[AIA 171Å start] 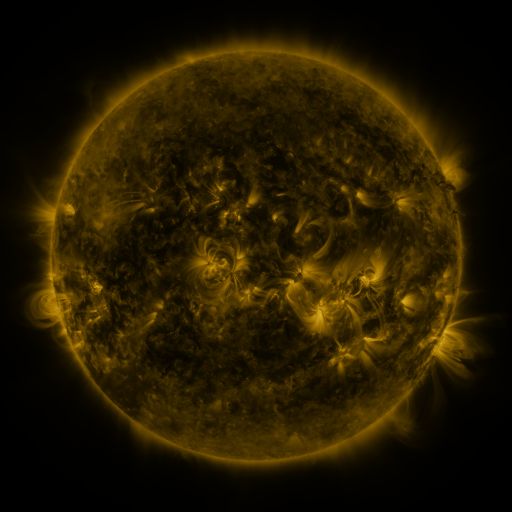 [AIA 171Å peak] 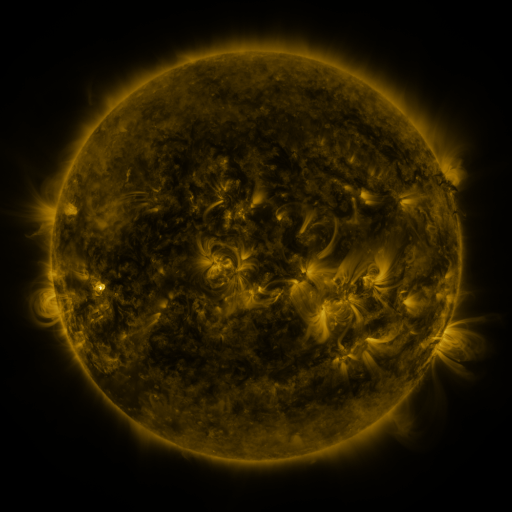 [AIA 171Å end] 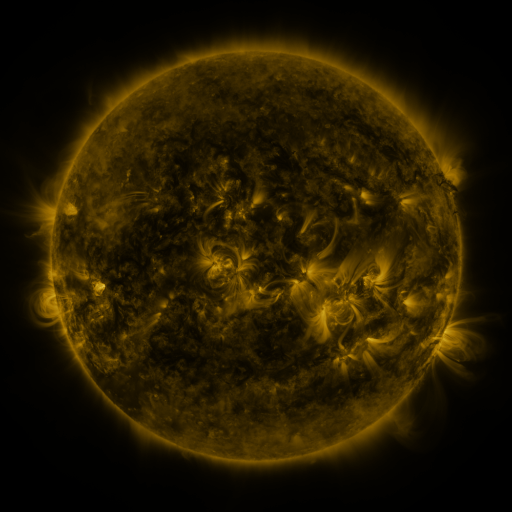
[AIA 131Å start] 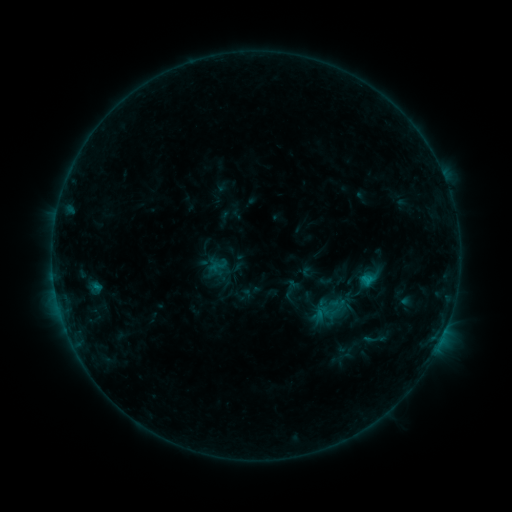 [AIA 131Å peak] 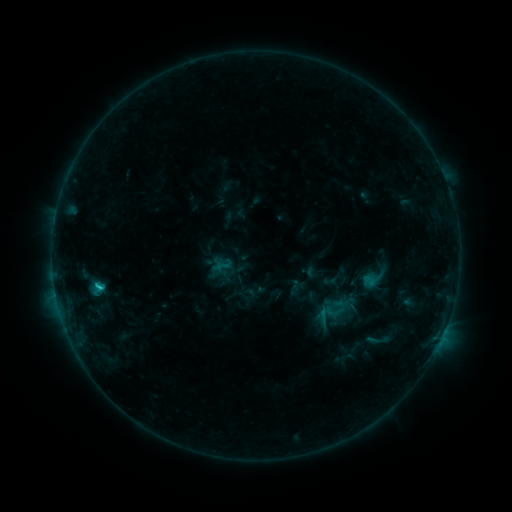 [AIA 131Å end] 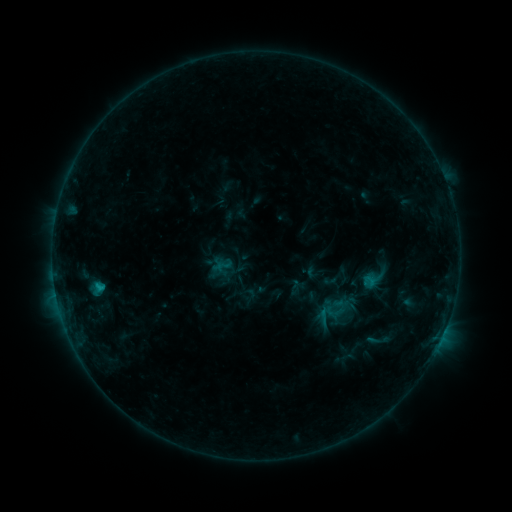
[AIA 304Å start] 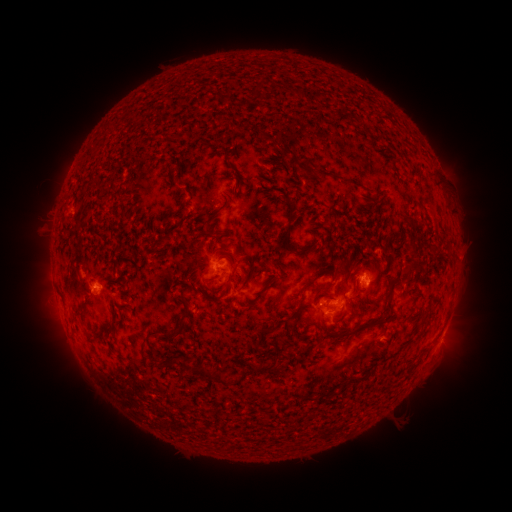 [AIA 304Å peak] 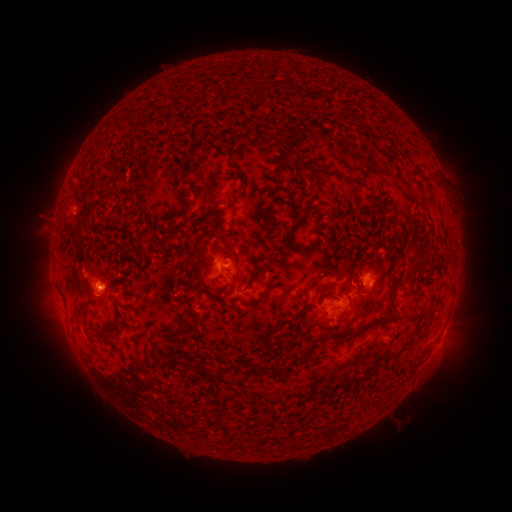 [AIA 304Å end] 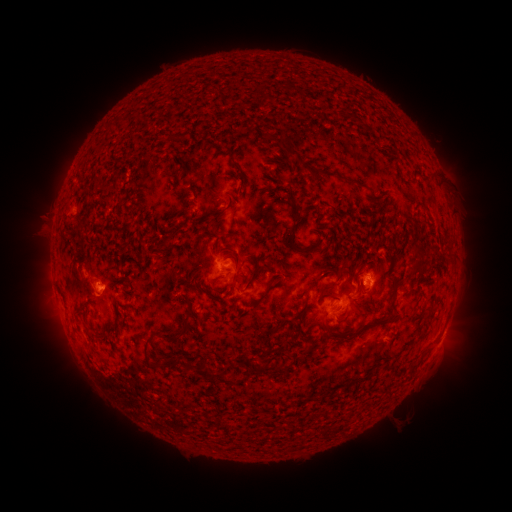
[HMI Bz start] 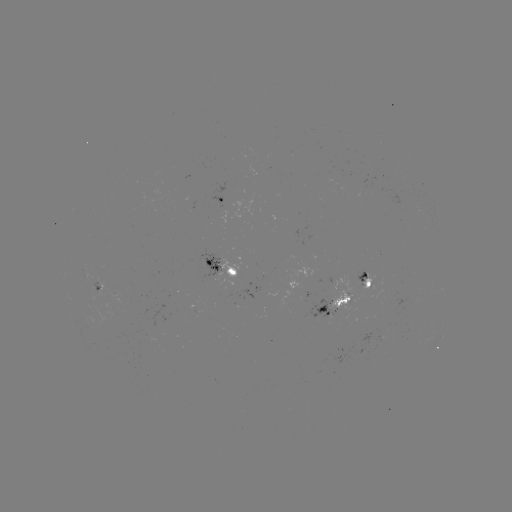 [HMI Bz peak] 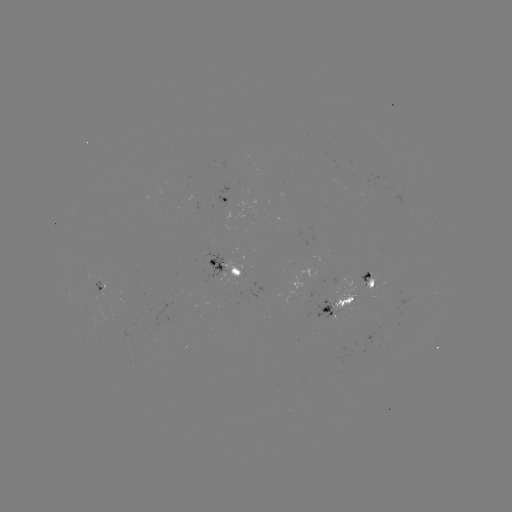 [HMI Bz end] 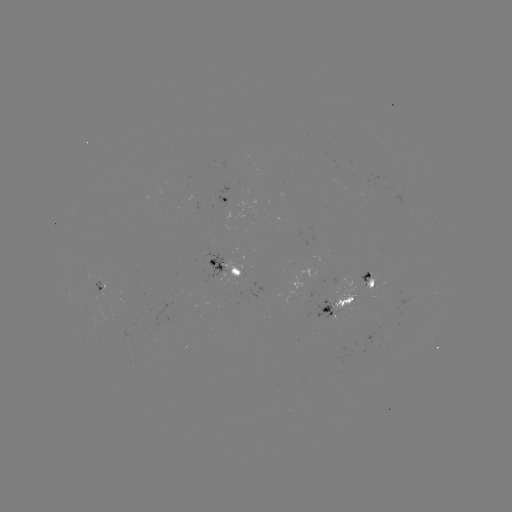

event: emerging-flux region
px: (365, 280)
